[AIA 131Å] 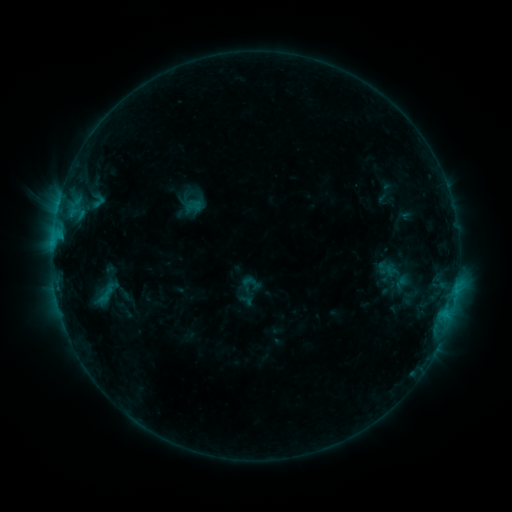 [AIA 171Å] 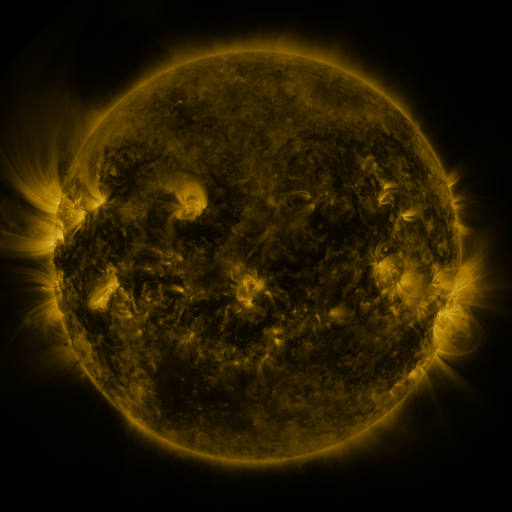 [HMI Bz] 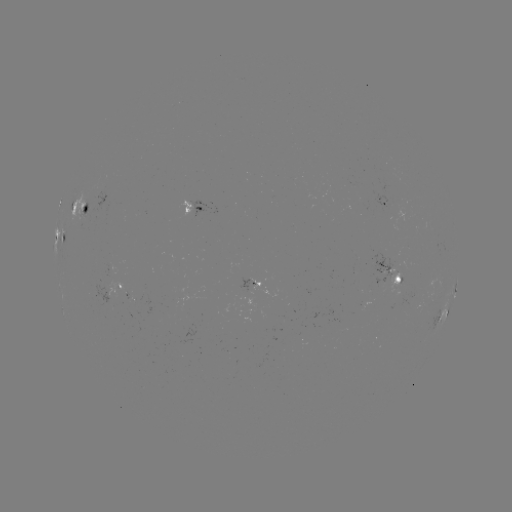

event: sigmoid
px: (194, 206)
